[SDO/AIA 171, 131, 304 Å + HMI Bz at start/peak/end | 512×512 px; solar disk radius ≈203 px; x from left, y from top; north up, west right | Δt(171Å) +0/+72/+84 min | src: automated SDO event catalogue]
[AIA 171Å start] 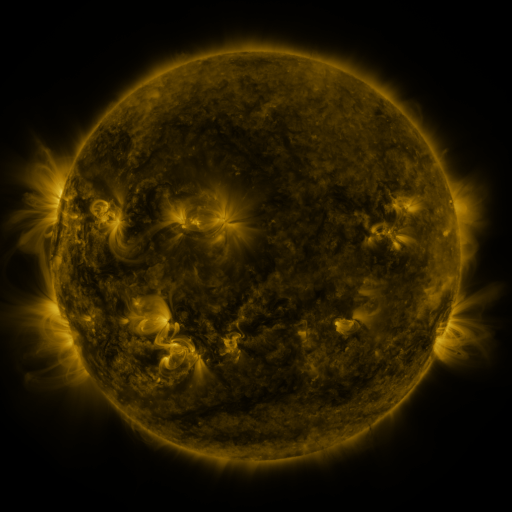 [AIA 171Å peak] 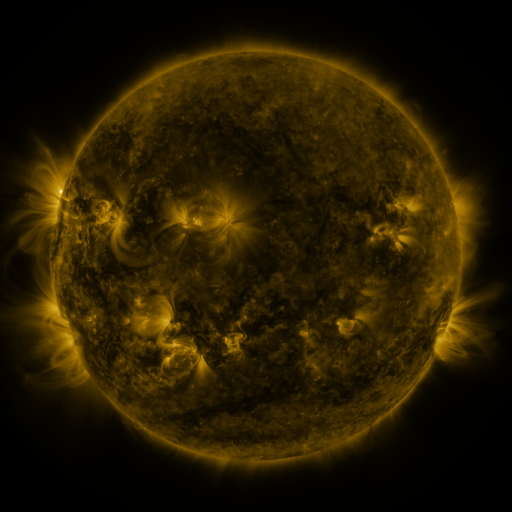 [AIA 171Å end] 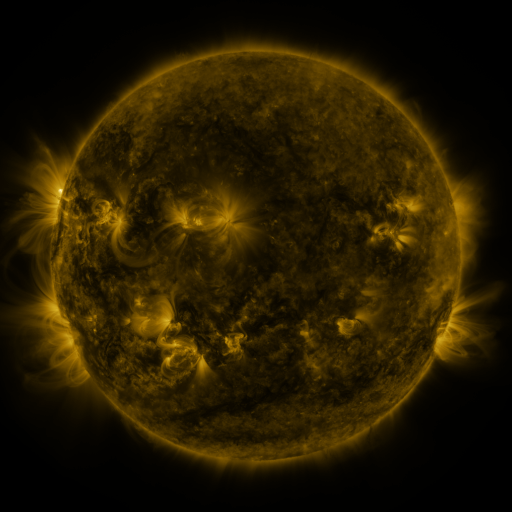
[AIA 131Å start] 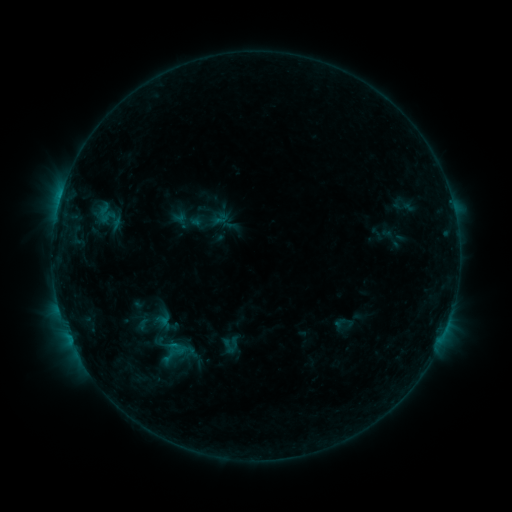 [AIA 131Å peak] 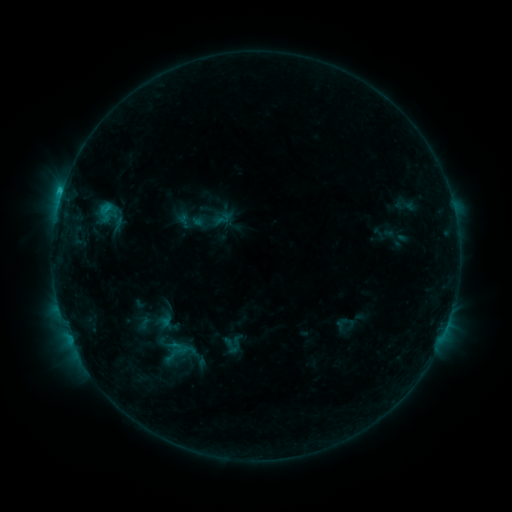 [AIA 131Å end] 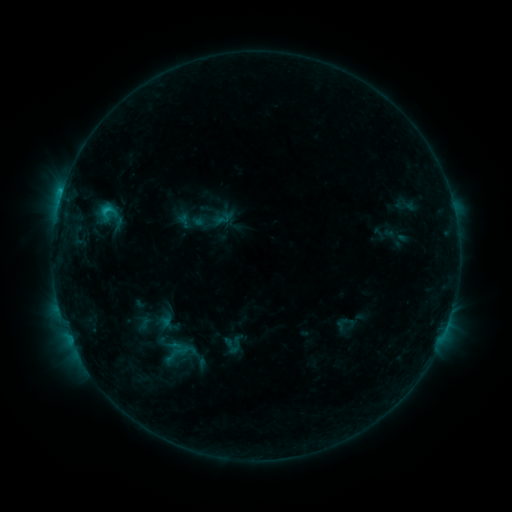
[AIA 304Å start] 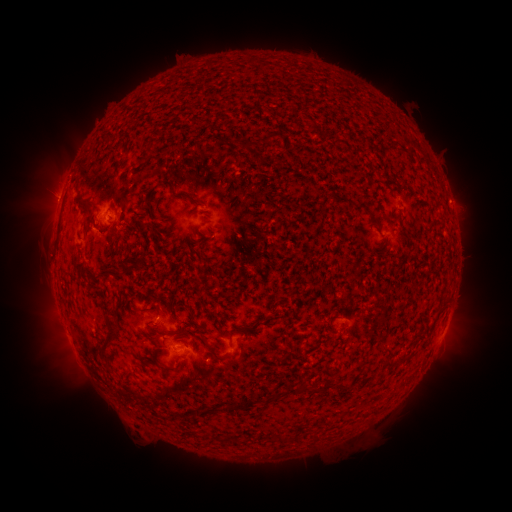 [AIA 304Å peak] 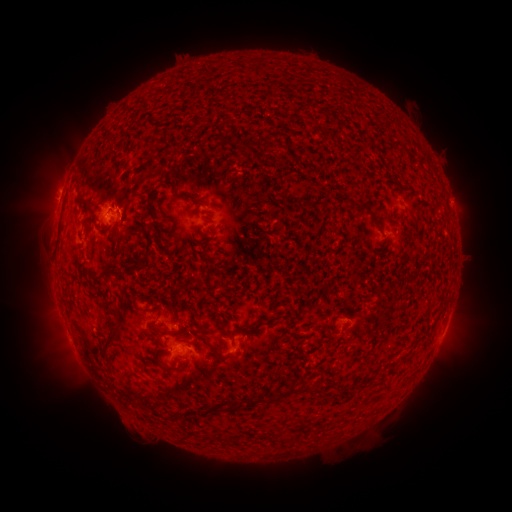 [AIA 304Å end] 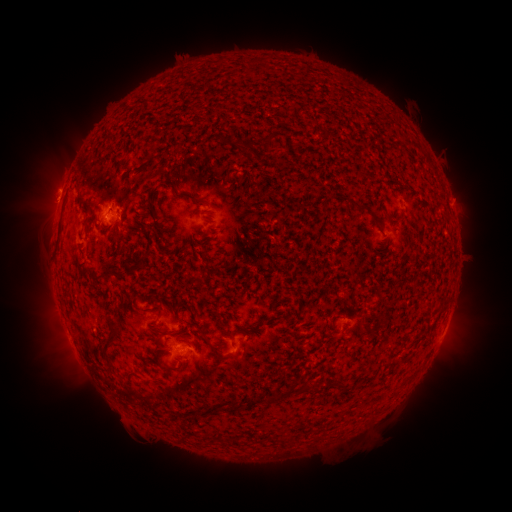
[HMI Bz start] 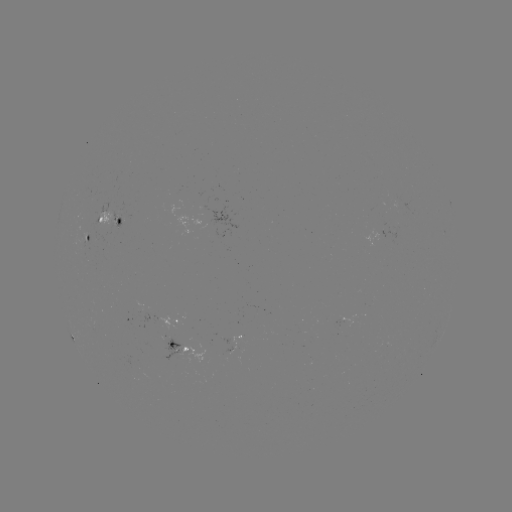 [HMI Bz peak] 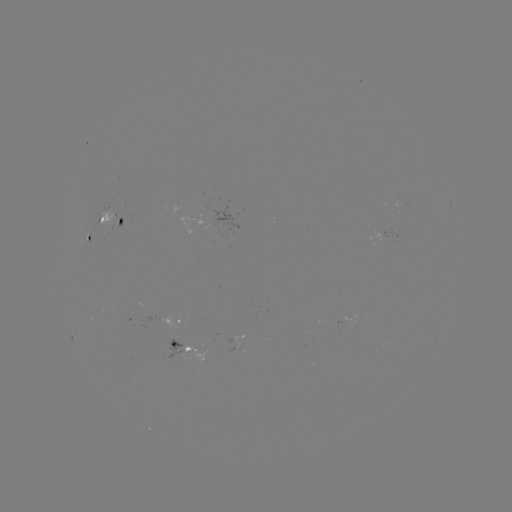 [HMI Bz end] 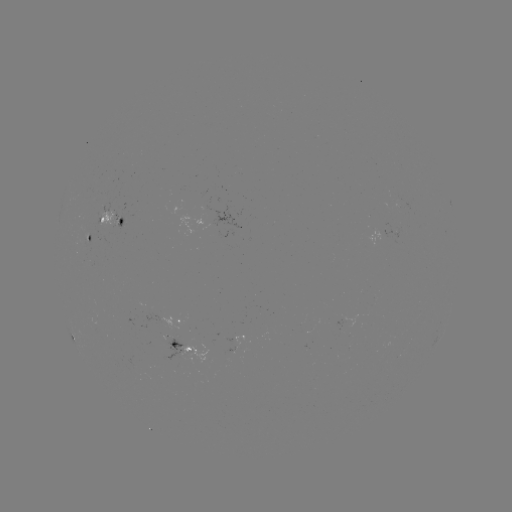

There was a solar emerging-flux region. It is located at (109, 221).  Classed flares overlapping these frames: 1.